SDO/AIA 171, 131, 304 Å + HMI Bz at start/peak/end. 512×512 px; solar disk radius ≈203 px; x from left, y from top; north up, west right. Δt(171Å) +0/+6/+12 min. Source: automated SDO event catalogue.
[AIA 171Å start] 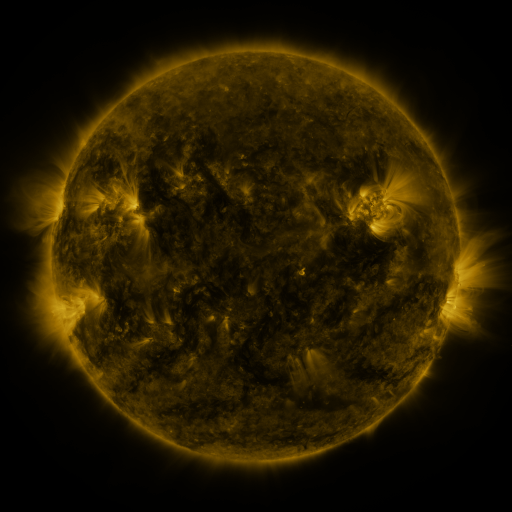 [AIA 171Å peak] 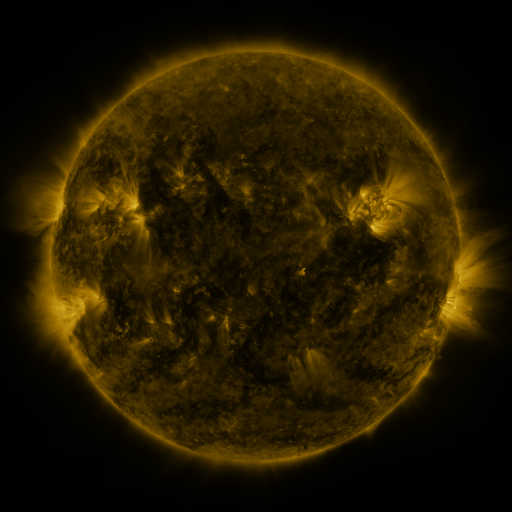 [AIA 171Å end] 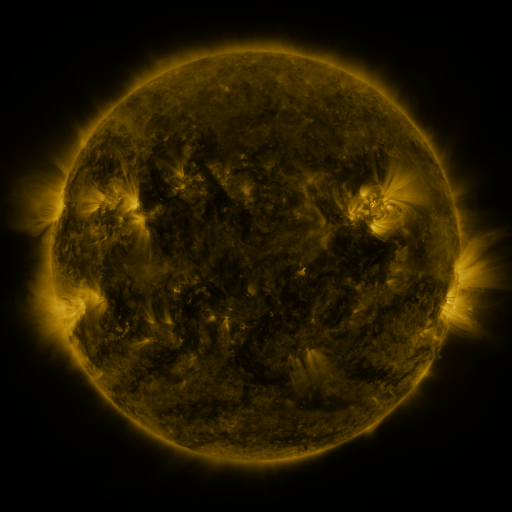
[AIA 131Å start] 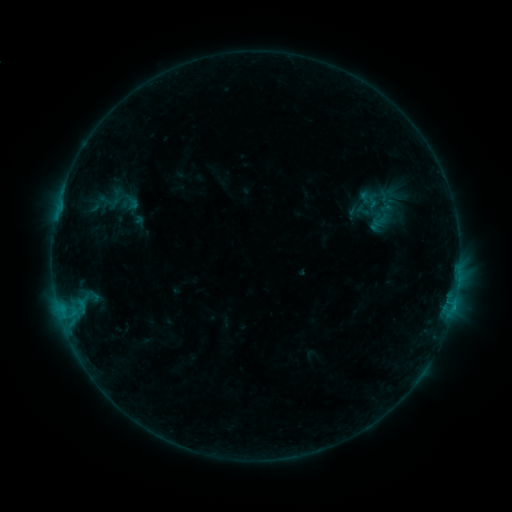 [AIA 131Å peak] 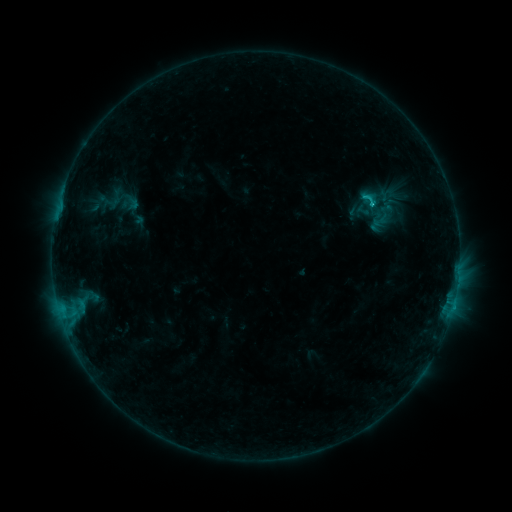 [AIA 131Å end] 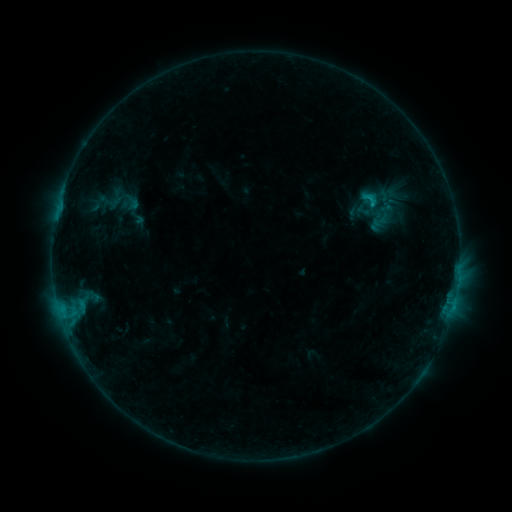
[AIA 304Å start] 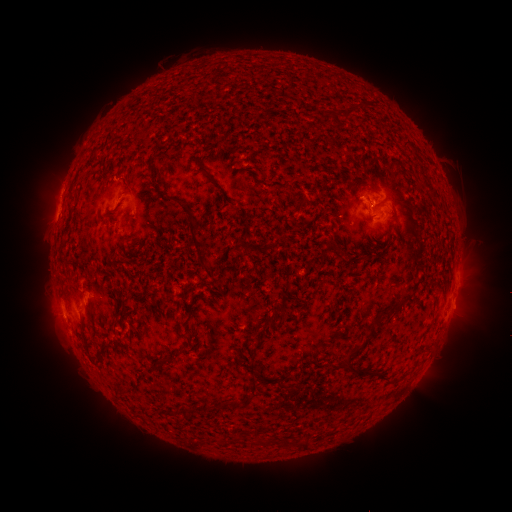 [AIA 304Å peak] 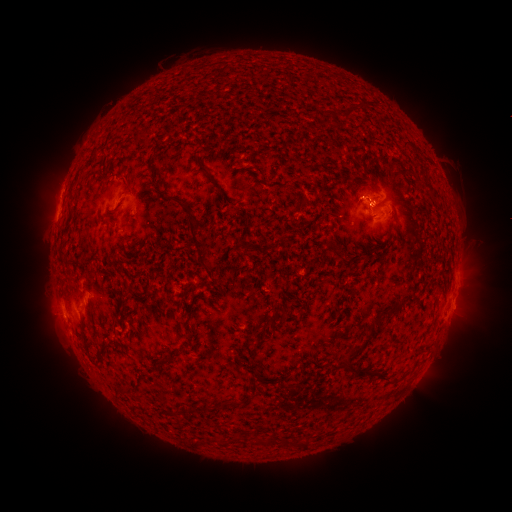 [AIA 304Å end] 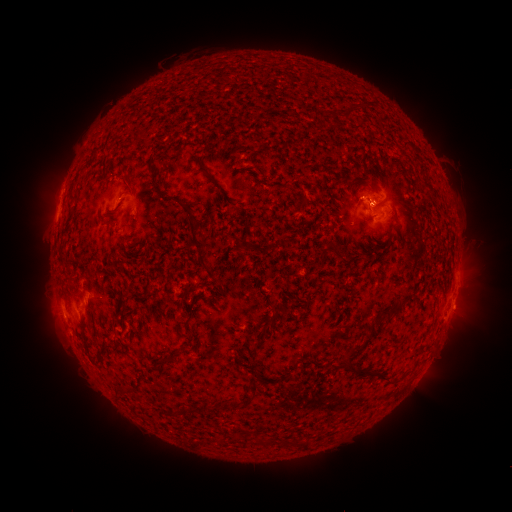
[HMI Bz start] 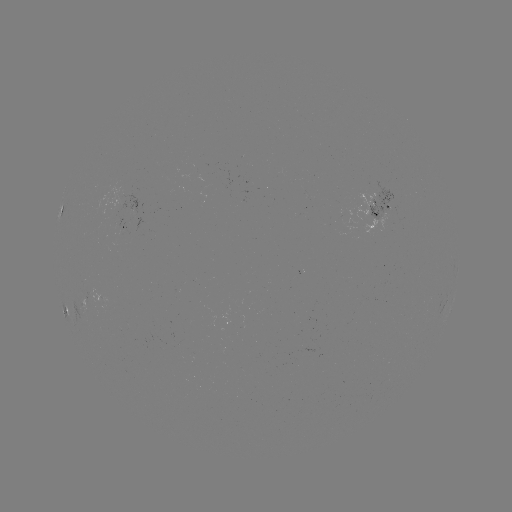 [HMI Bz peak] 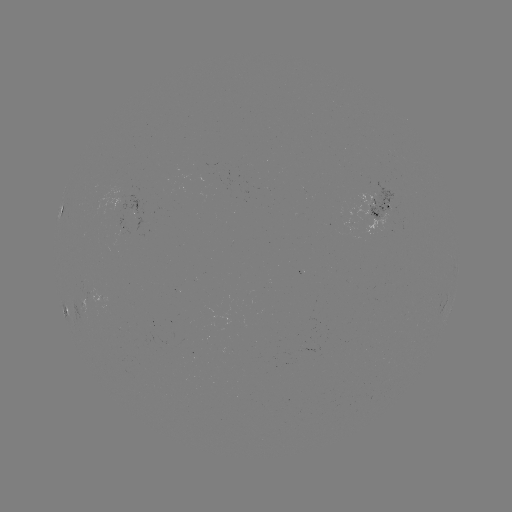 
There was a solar flare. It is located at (370, 206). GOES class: B9.4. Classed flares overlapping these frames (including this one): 1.